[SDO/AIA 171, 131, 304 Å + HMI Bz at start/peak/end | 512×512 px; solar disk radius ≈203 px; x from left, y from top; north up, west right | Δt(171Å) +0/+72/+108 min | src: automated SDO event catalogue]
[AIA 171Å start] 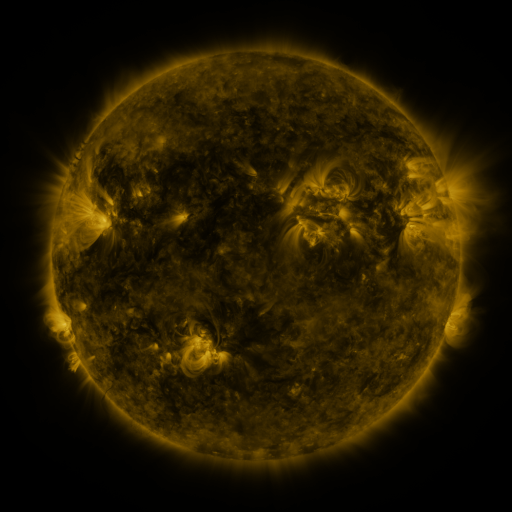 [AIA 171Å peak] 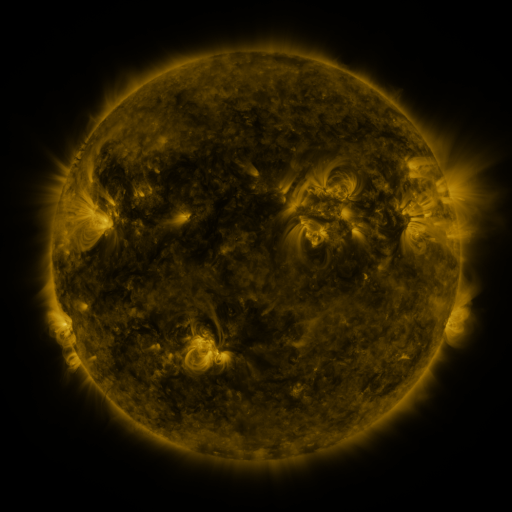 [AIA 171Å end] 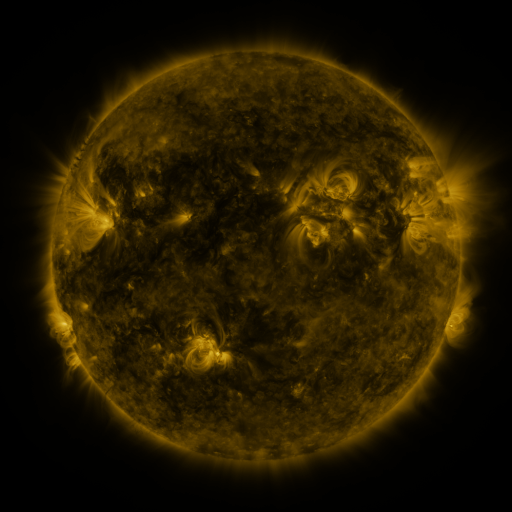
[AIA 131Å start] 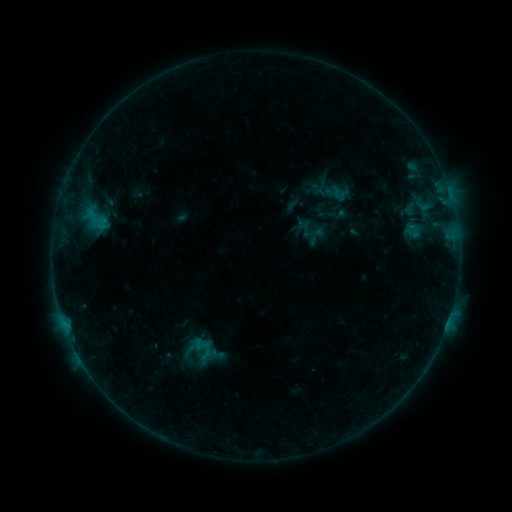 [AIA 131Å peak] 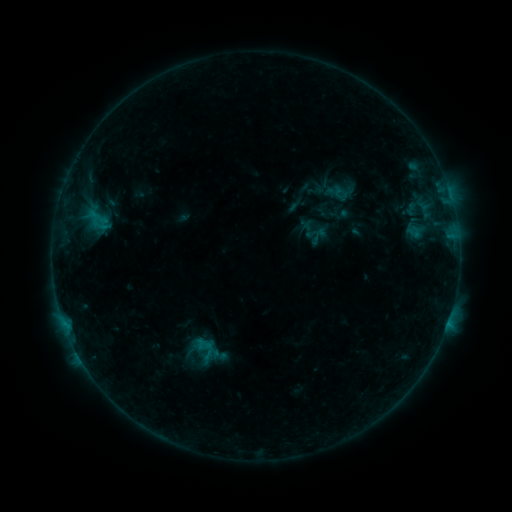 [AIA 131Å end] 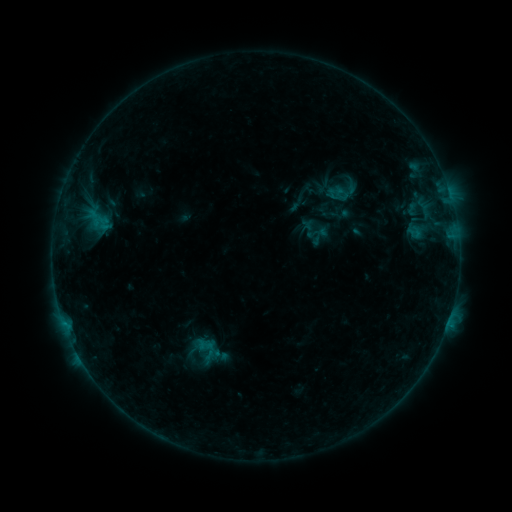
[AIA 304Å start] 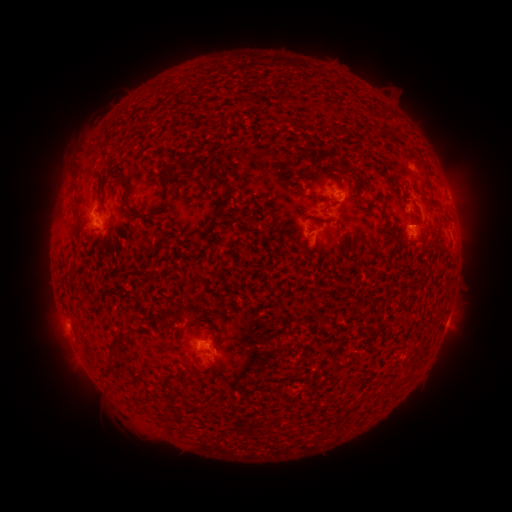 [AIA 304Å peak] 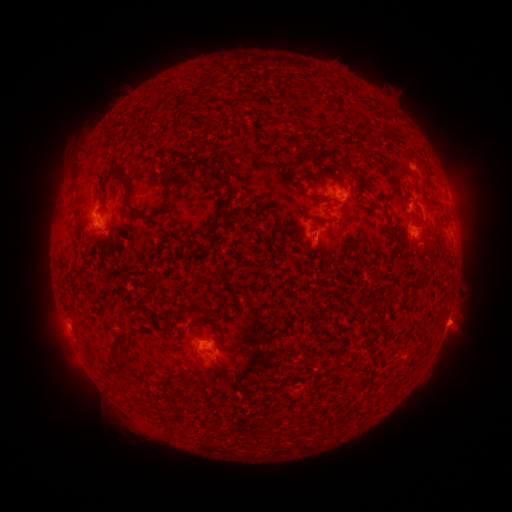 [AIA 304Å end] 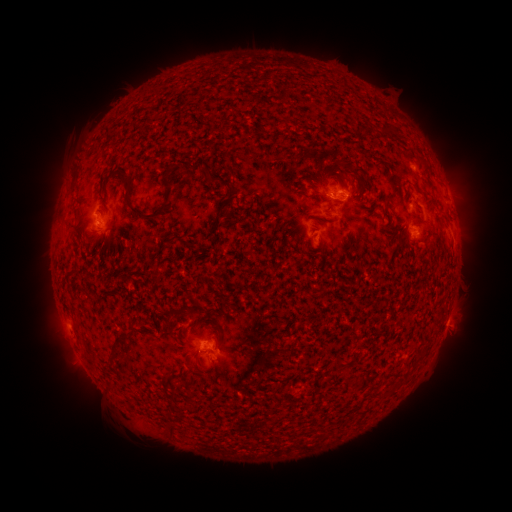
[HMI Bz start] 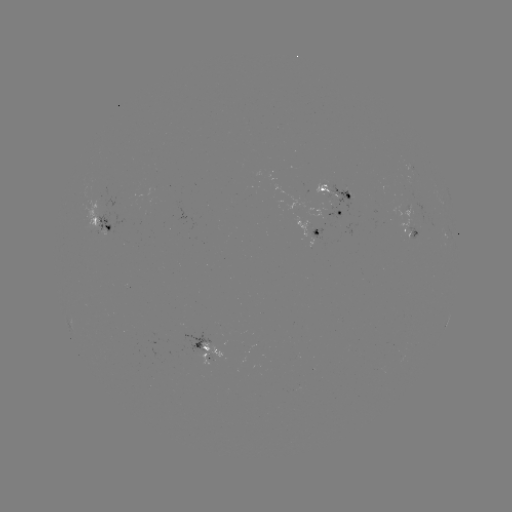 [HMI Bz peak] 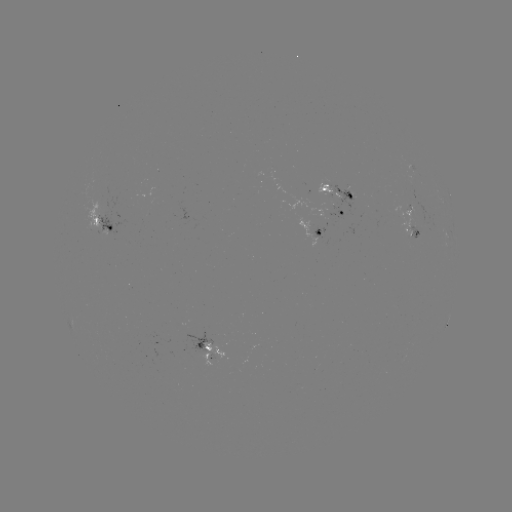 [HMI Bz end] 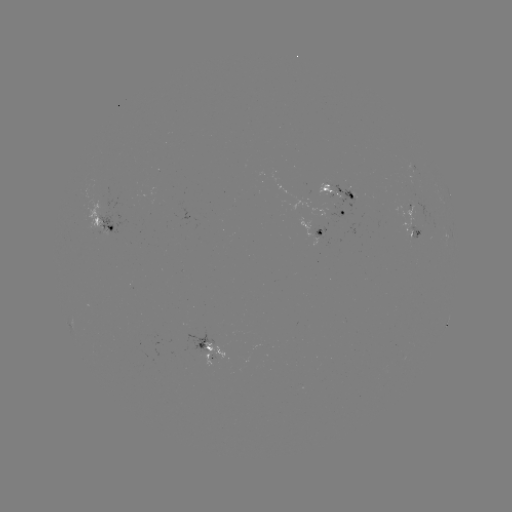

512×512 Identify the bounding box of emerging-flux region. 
[389, 193, 424, 235].